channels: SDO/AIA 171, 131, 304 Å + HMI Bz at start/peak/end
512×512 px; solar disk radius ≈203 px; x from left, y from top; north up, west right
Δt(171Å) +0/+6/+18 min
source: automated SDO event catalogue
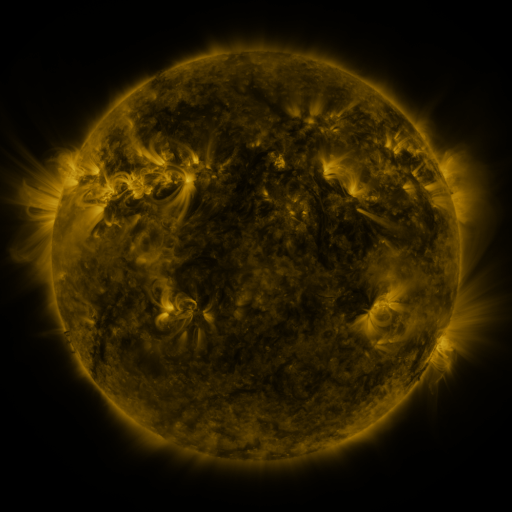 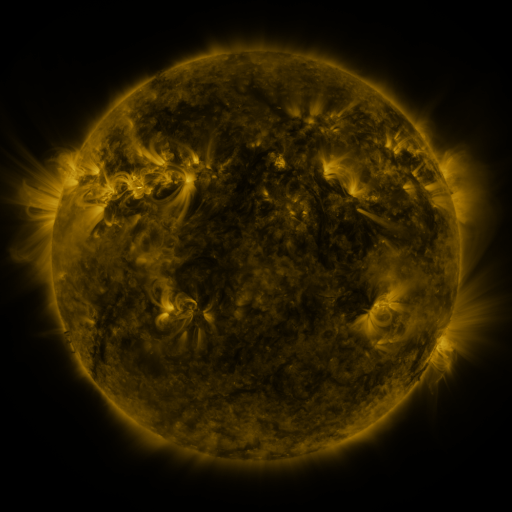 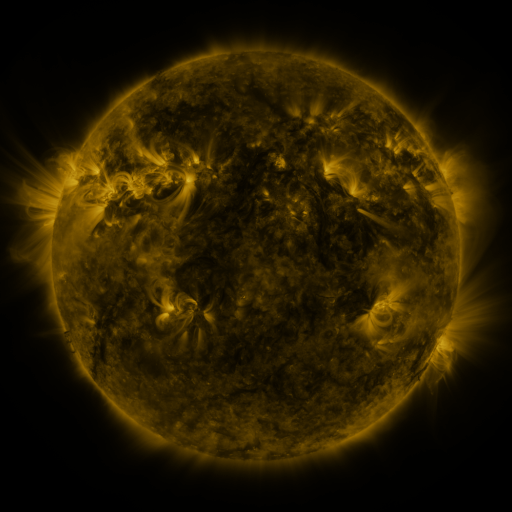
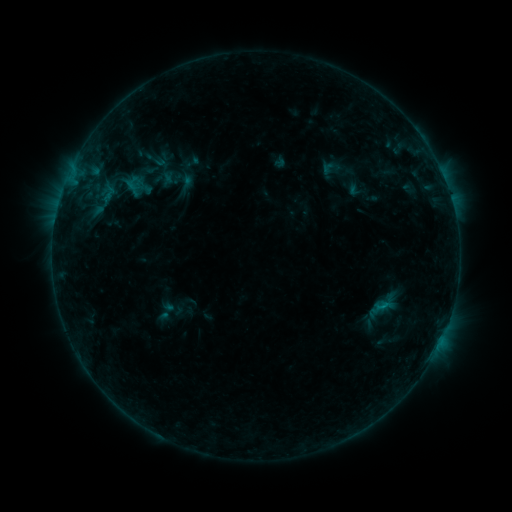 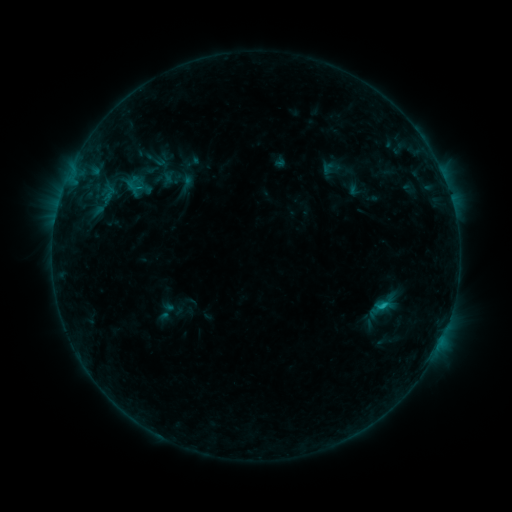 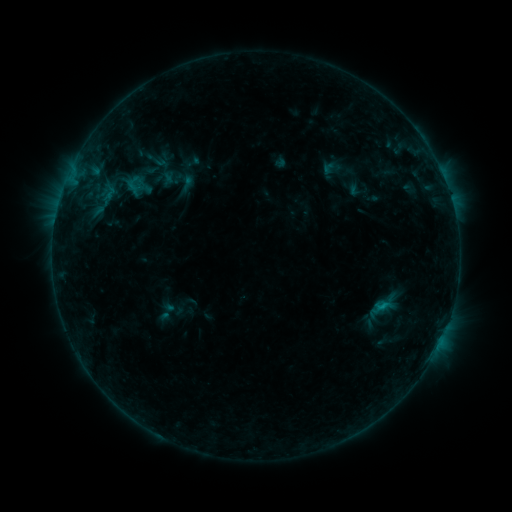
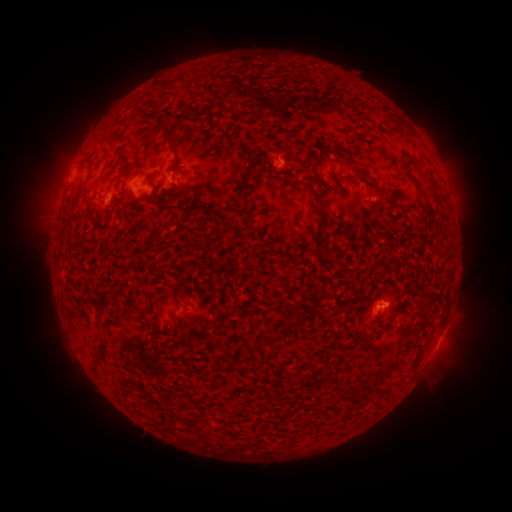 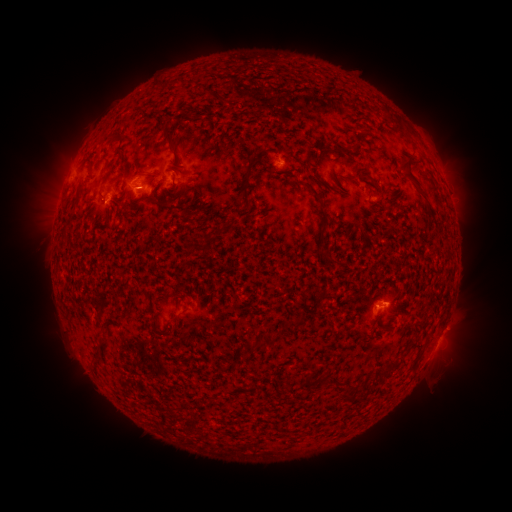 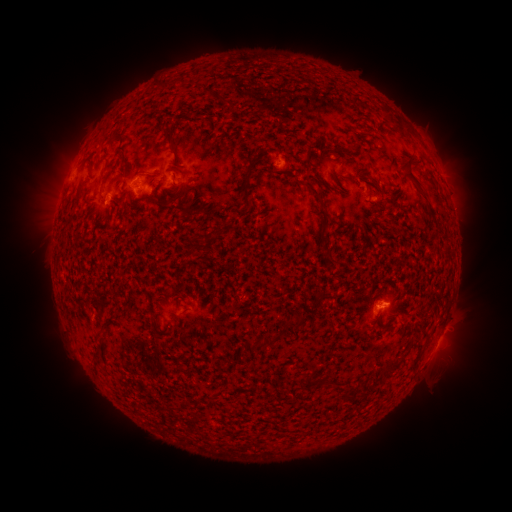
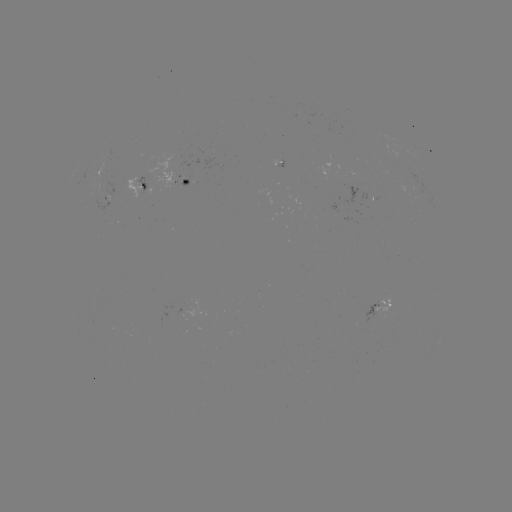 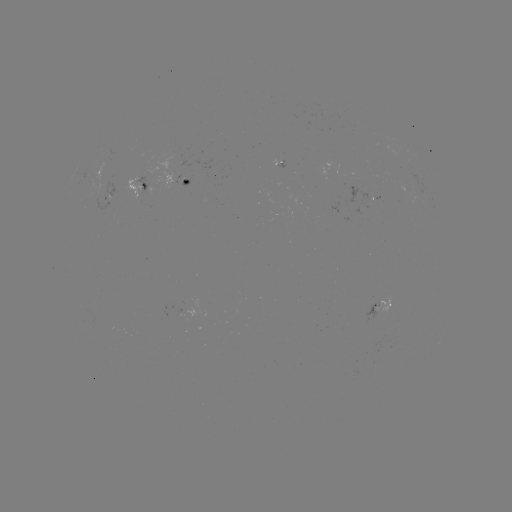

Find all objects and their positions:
B6.3 flare: (381, 305)
